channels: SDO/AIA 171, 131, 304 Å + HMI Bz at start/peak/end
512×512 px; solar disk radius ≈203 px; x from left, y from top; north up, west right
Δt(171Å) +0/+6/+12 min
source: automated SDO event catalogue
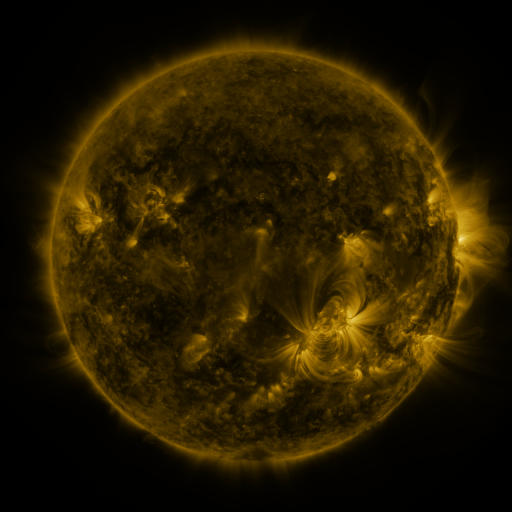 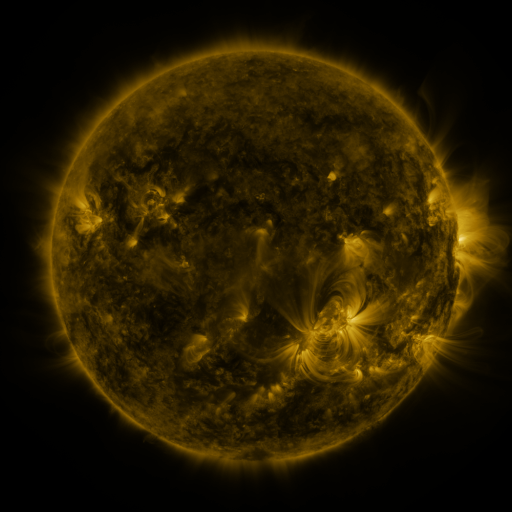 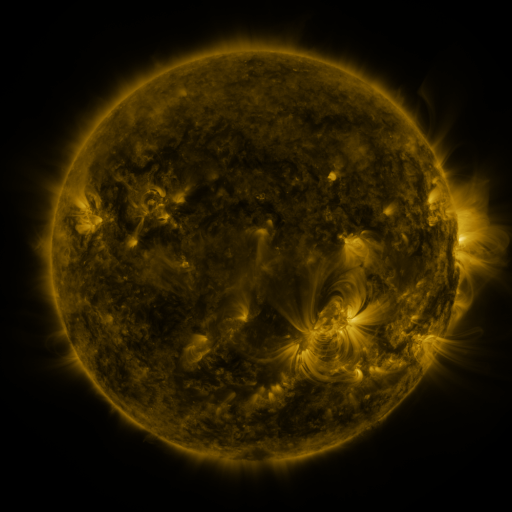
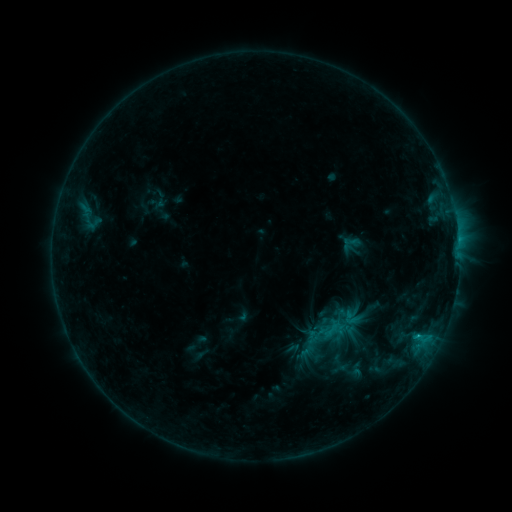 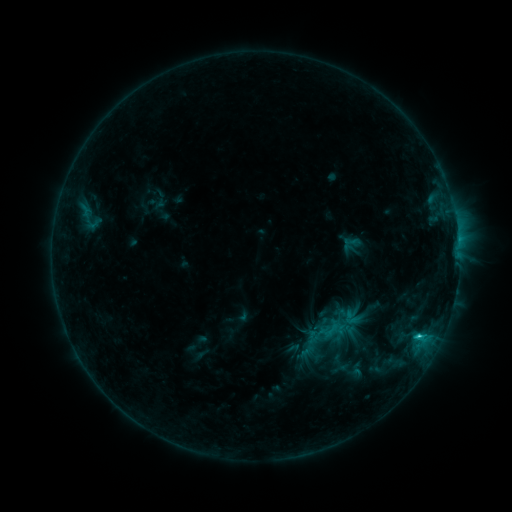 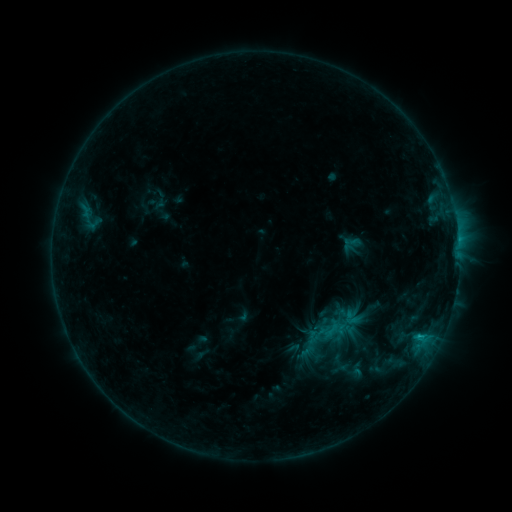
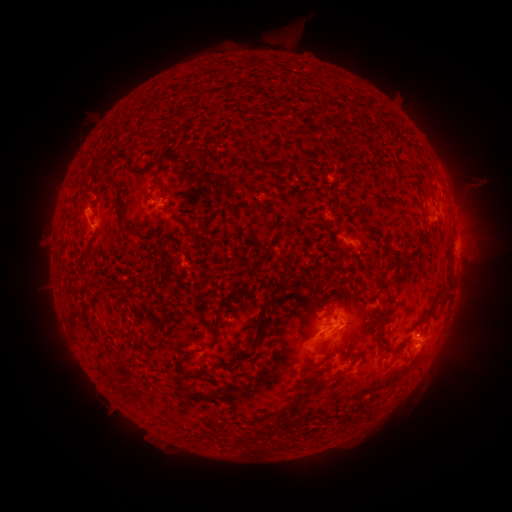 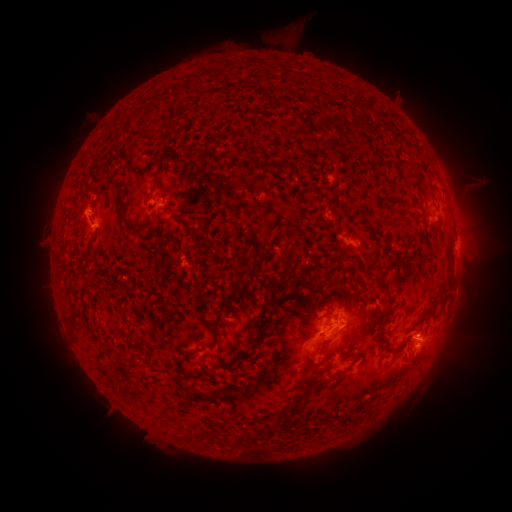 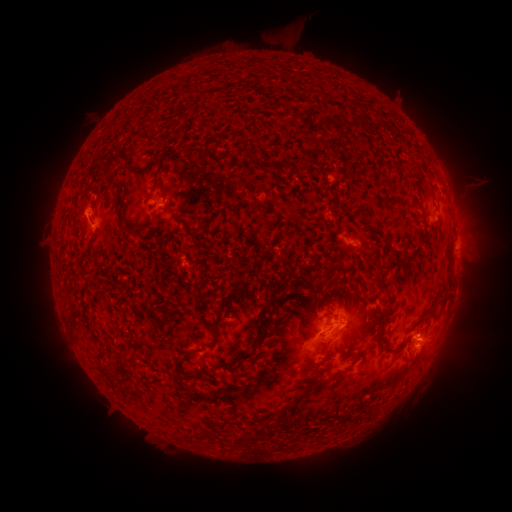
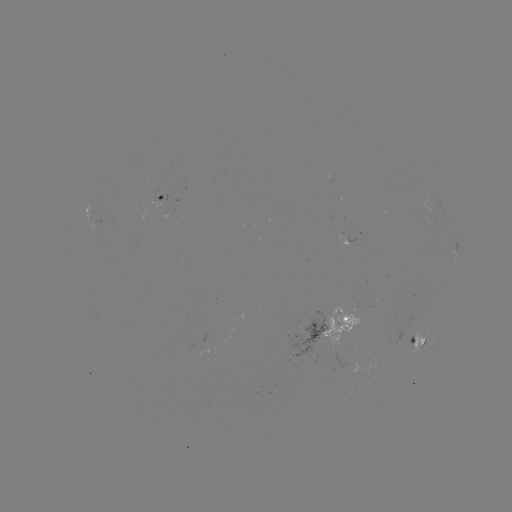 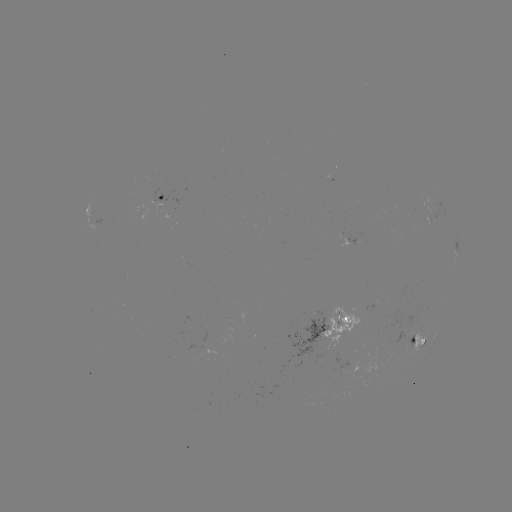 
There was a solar flare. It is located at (417, 334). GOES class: C1.3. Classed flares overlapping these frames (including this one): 1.